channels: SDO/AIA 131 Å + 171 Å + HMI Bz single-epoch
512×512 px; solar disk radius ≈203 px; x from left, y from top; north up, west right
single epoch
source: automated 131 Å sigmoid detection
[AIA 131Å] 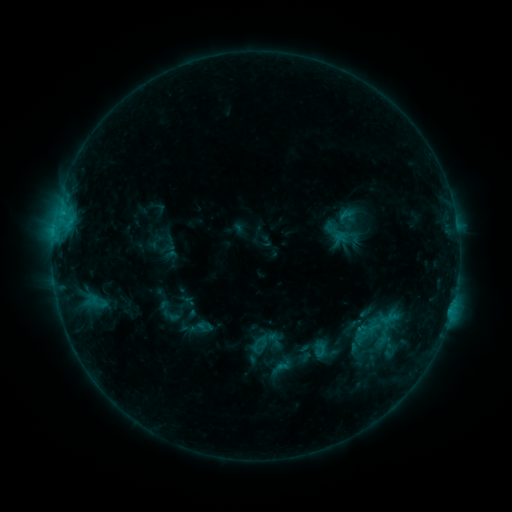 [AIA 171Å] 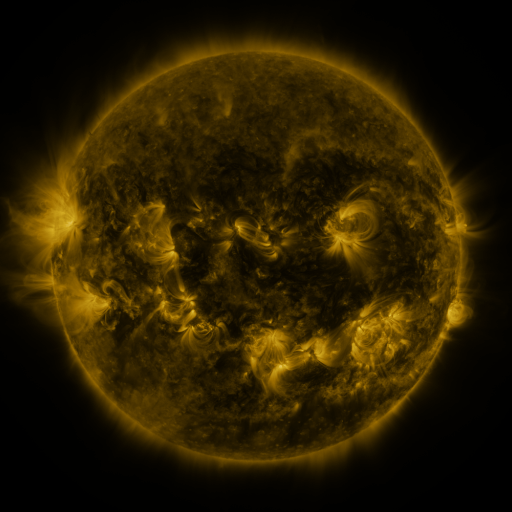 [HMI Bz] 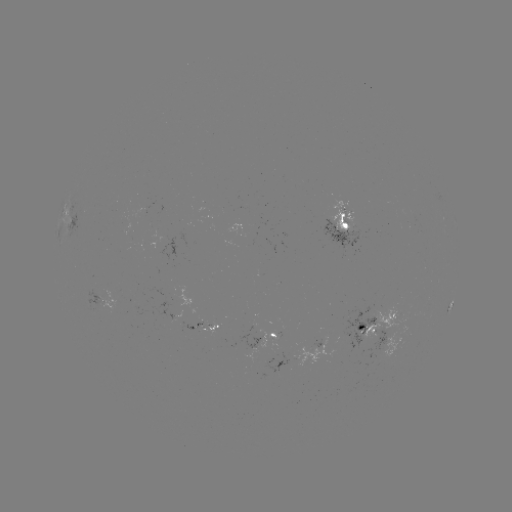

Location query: sigmoid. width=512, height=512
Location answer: (370, 330).